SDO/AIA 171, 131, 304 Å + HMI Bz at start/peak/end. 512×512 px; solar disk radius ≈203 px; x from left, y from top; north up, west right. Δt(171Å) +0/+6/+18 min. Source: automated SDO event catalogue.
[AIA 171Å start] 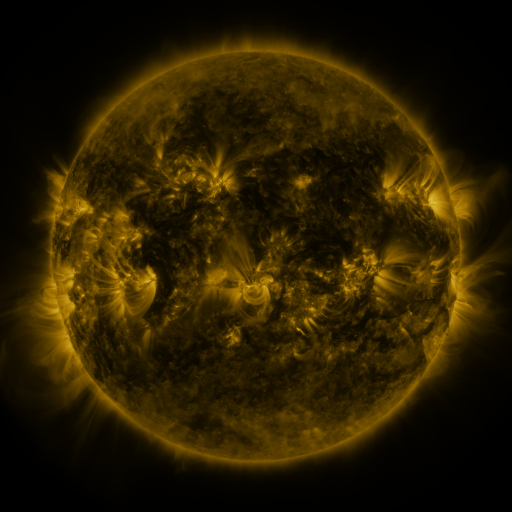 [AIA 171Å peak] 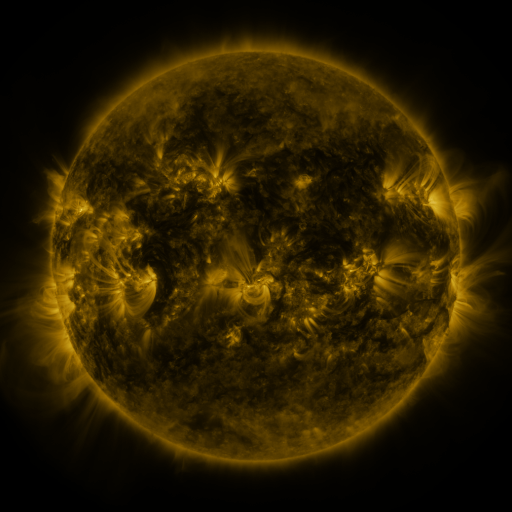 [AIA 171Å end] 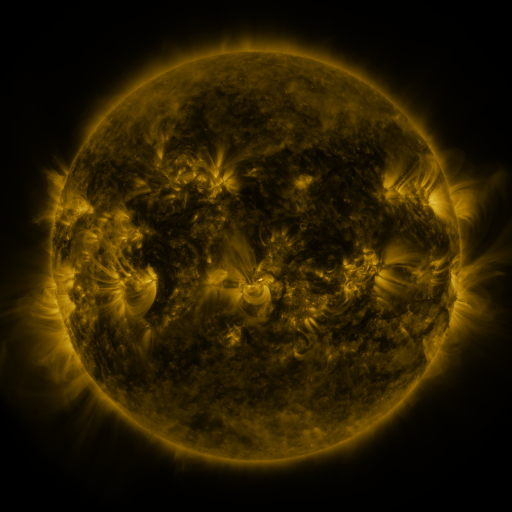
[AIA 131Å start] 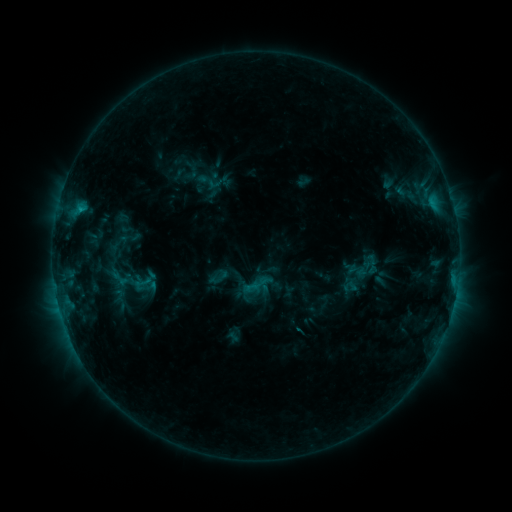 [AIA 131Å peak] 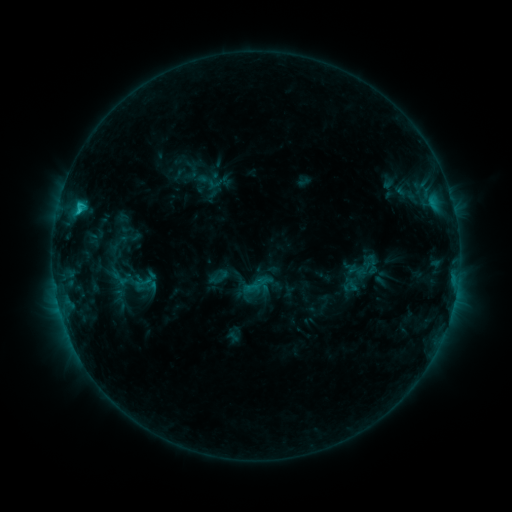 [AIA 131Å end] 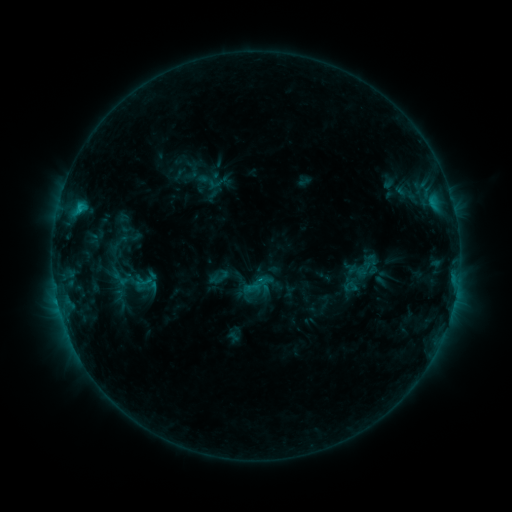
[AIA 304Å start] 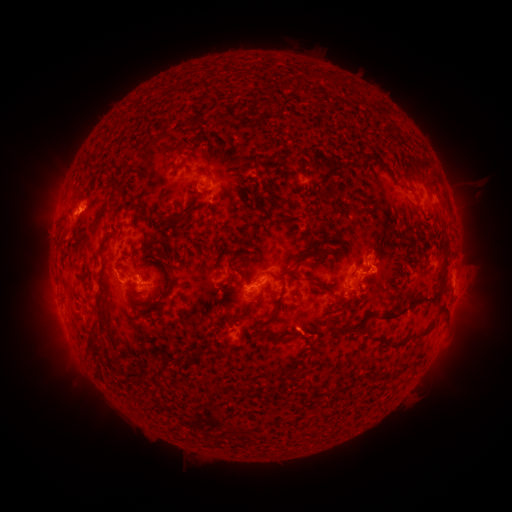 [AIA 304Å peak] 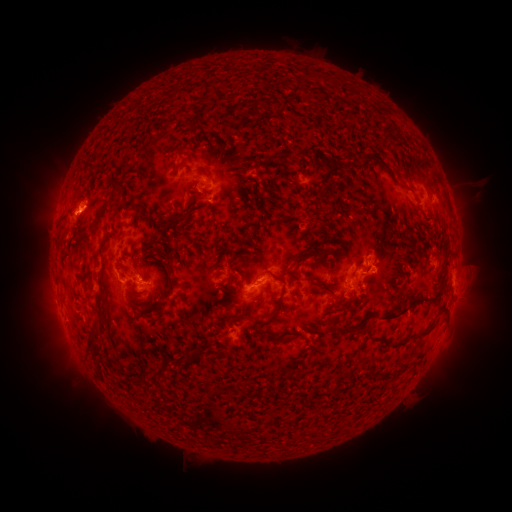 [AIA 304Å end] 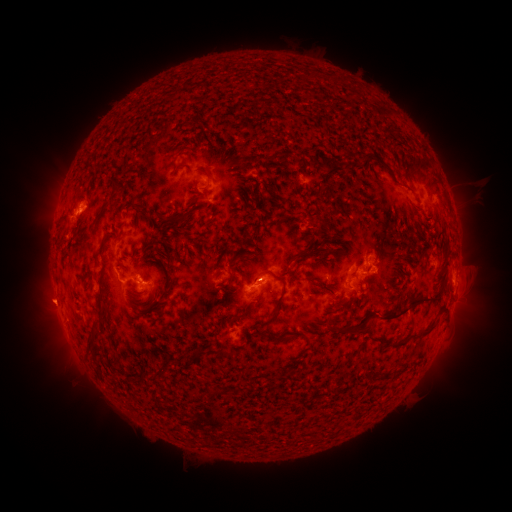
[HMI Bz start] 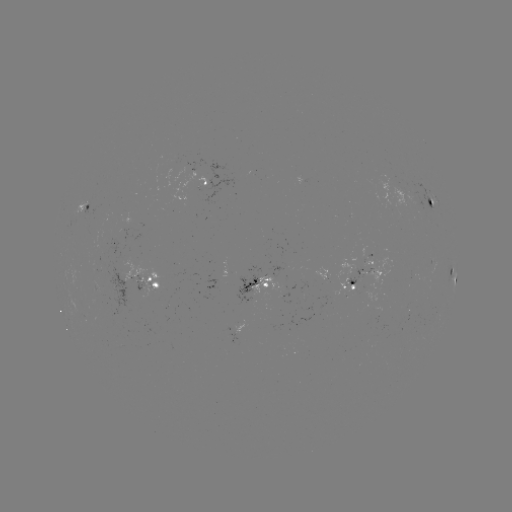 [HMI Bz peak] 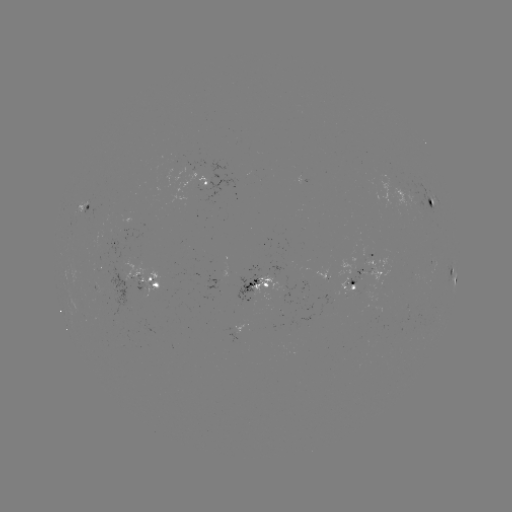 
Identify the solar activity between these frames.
C1.4 flare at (80, 212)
